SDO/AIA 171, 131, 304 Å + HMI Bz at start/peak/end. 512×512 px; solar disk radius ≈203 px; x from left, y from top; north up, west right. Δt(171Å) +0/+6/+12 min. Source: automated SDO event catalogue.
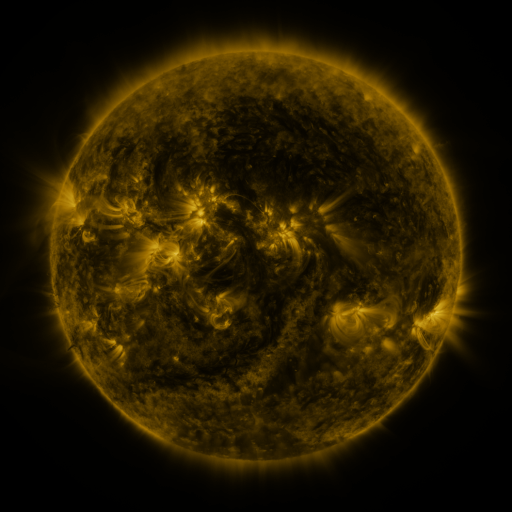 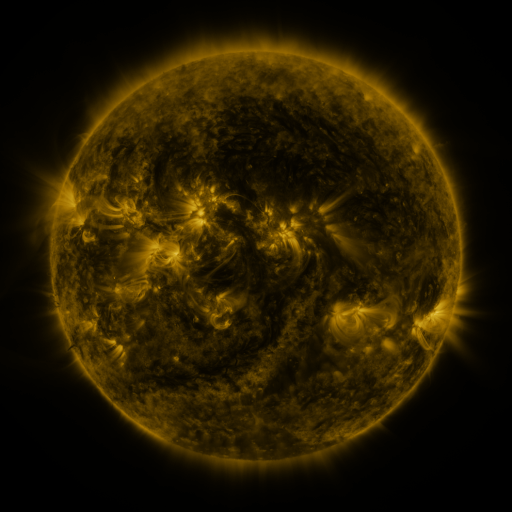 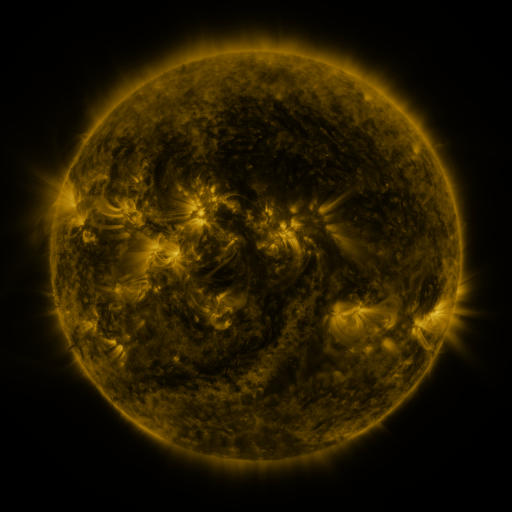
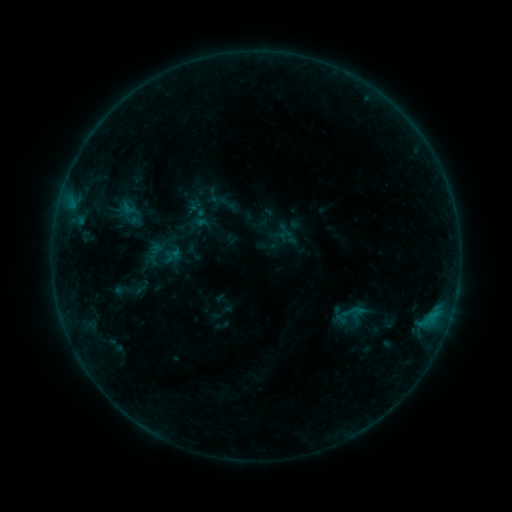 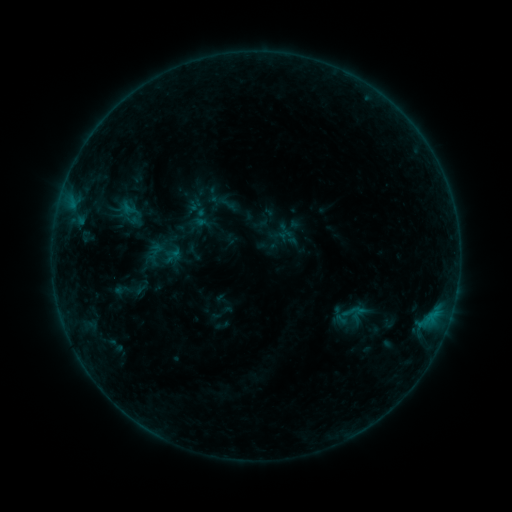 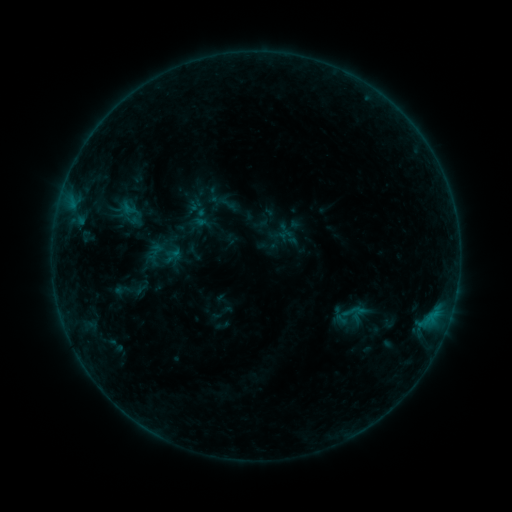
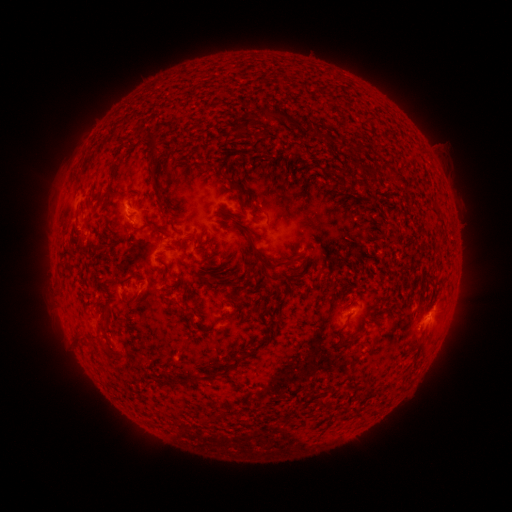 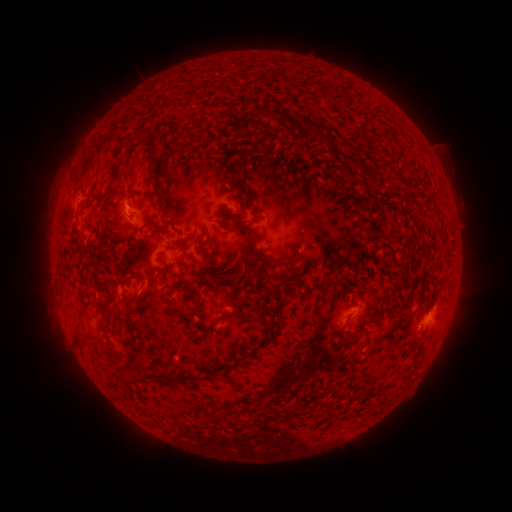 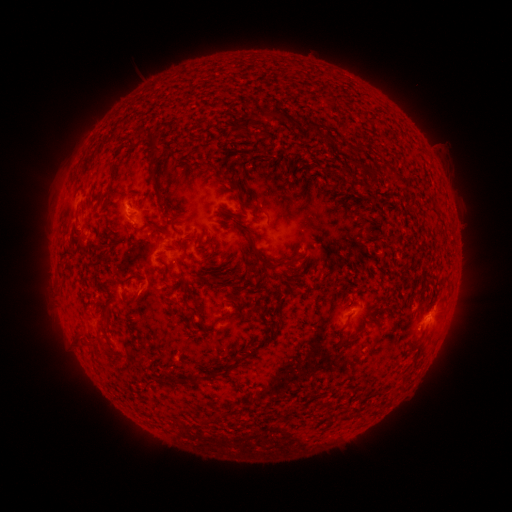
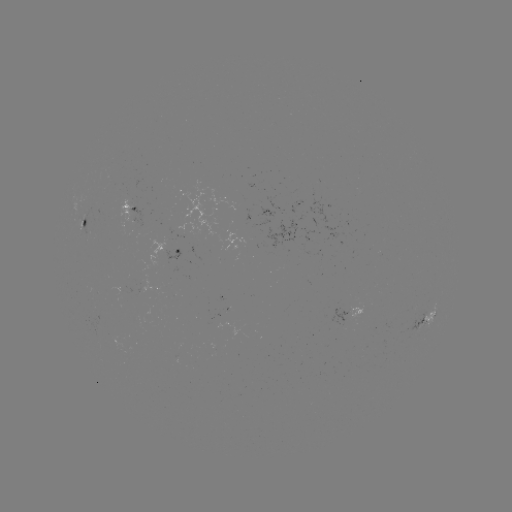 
nothing was catalogued: no classed flare, no EUV trigger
